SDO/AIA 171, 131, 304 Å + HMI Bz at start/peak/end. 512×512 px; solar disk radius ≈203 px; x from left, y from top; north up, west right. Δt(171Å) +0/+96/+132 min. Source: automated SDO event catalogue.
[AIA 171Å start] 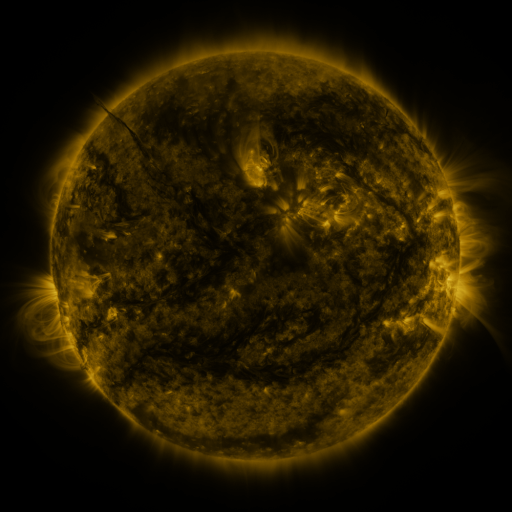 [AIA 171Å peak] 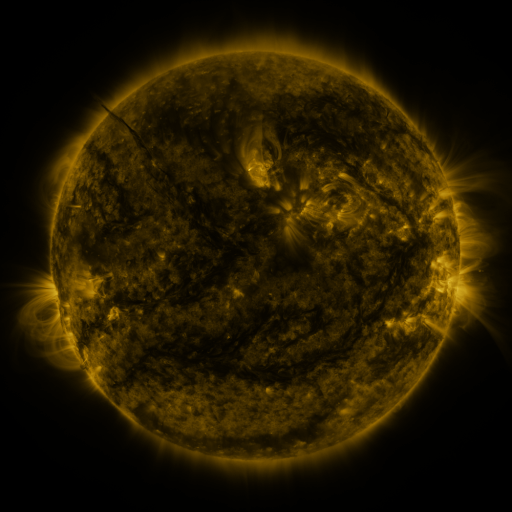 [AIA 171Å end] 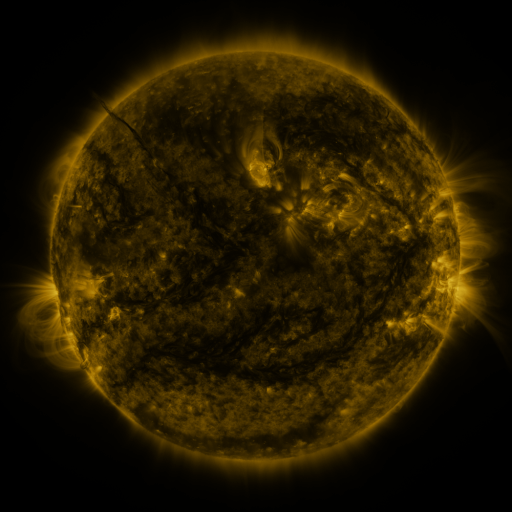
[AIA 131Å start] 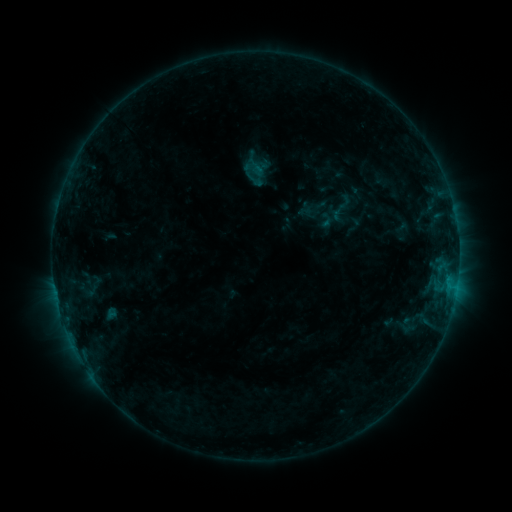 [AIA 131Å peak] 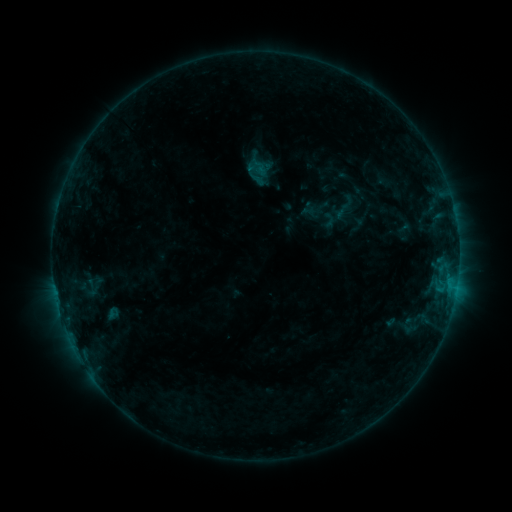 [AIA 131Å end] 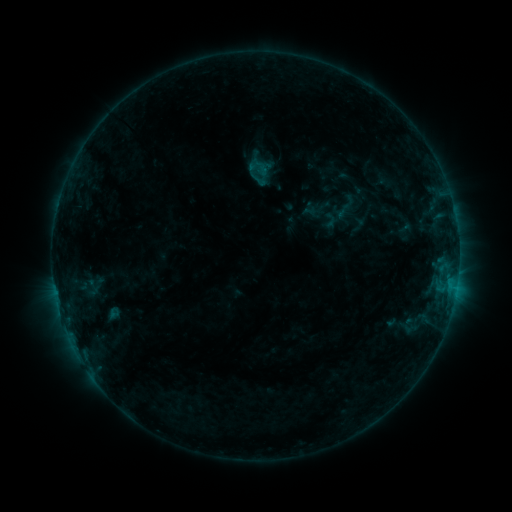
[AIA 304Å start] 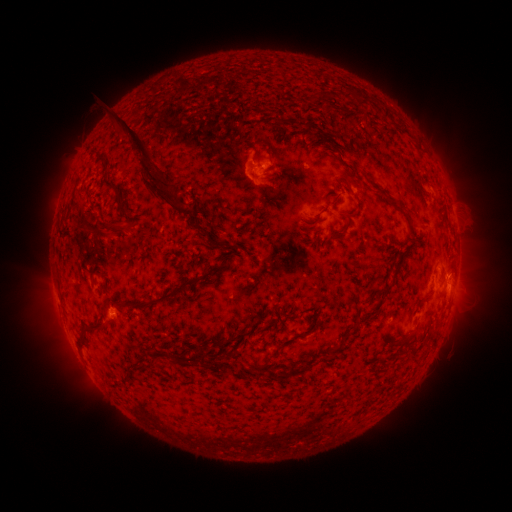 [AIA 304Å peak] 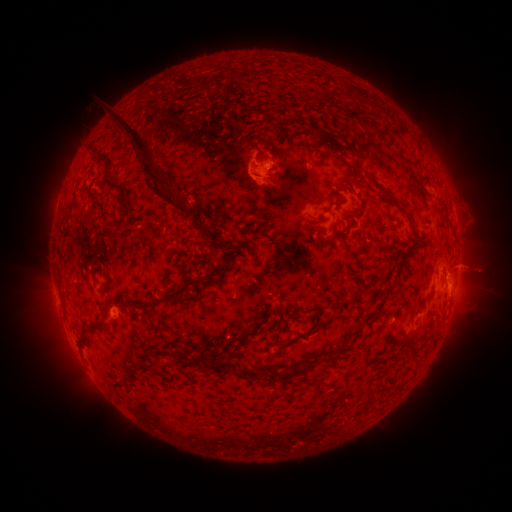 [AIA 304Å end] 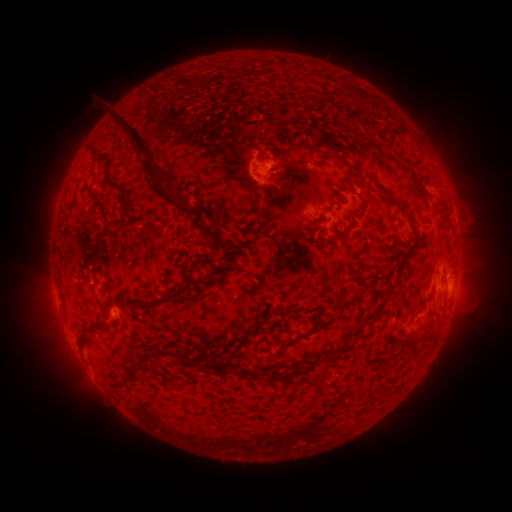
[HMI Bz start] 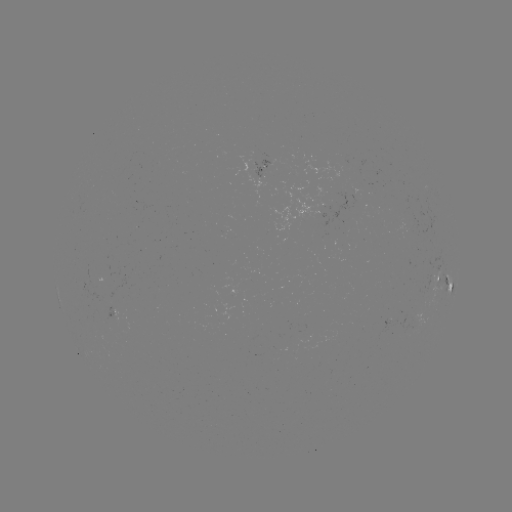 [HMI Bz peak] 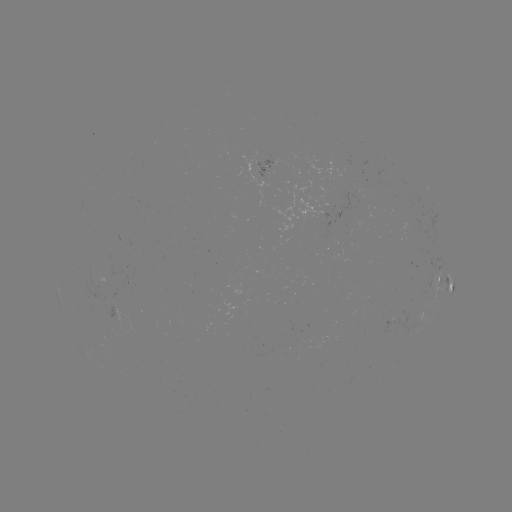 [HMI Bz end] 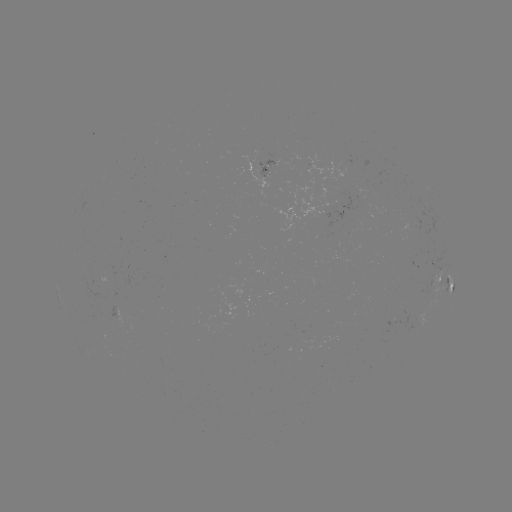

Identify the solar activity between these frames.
emerging-flux region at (358, 198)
